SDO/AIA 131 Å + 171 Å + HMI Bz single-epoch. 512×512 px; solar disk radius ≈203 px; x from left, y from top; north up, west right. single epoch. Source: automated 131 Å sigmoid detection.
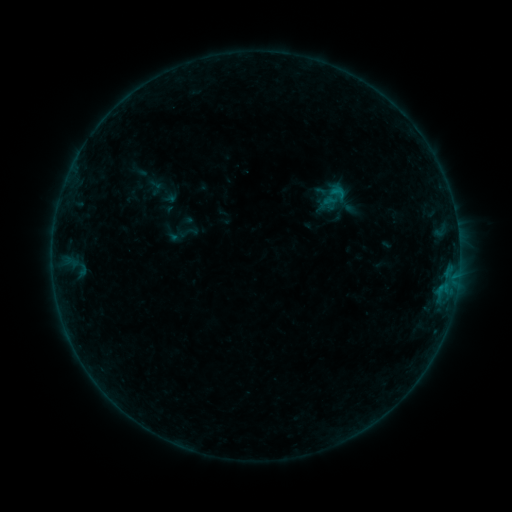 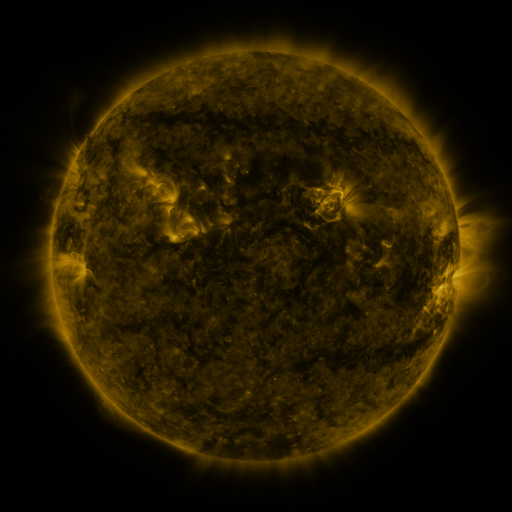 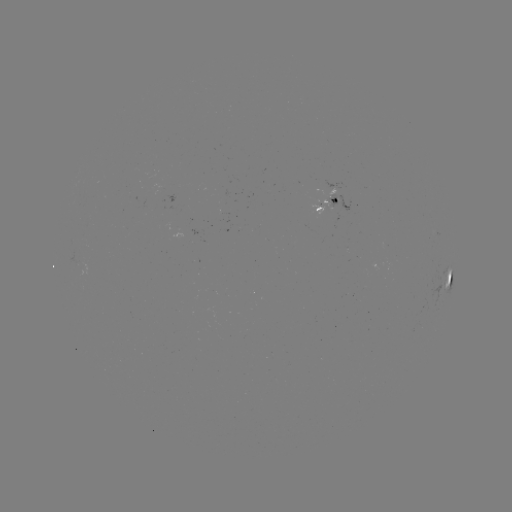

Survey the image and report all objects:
sigmoid: (177, 222, 198, 243)
